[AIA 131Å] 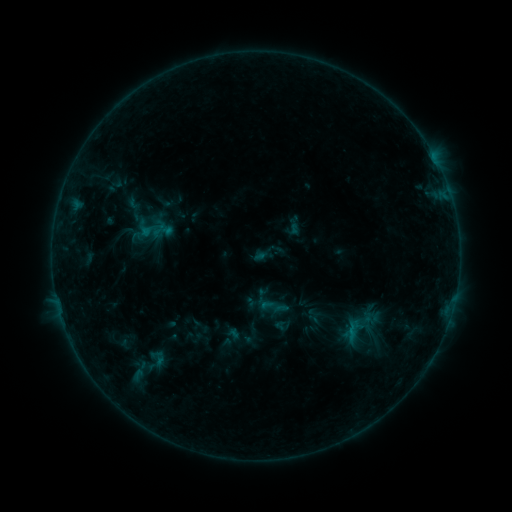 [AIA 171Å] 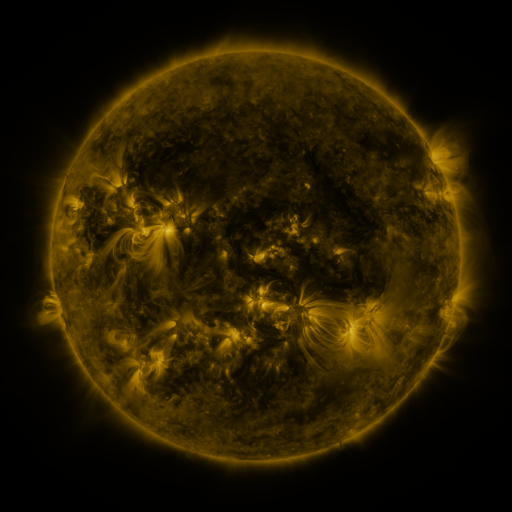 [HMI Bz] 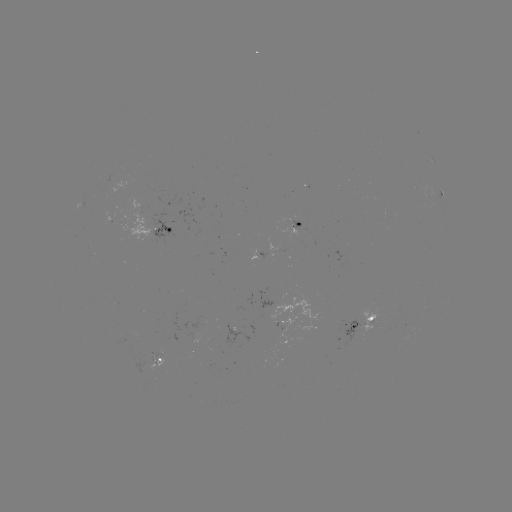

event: sigmoid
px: (133, 204)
